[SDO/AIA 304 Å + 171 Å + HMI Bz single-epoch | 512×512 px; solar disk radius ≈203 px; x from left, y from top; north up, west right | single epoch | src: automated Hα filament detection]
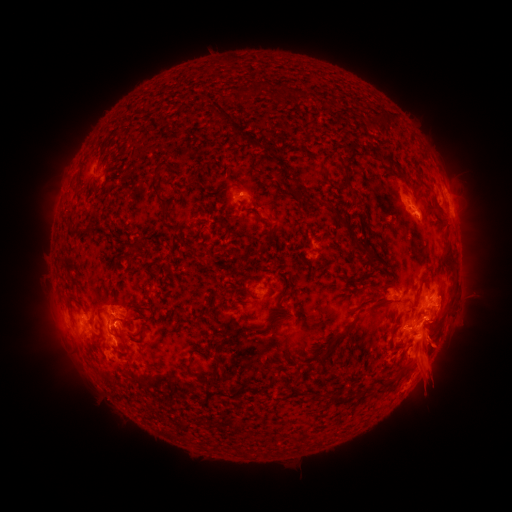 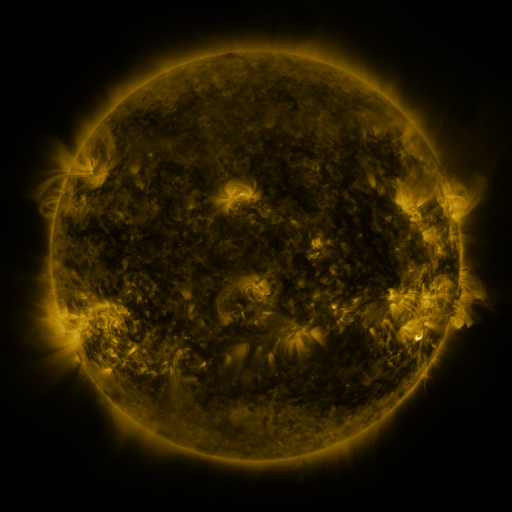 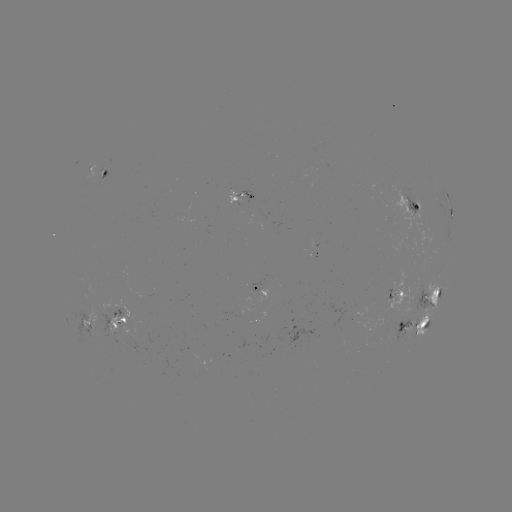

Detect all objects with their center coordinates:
filament: (251, 90)
filament: (297, 92)
filament: (277, 93)
filament: (303, 137)
filament: (247, 142)
filament: (361, 146)
filament: (99, 157)
filament: (399, 171)
filament: (346, 179)
filament: (155, 193)
filament: (297, 195)
filament: (426, 204)
filament: (261, 220)
filament: (346, 225)
filament: (364, 227)
filament: (224, 228)
filament: (263, 248)
filament: (368, 248)
filament: (190, 251)
filament: (449, 251)
filament: (128, 262)
filament: (422, 279)
filament: (162, 280)
filament: (285, 288)
filament: (384, 299)
filament: (421, 310)
filament: (351, 324)
filament: (273, 325)
filament: (395, 328)
filament: (123, 340)
filament: (331, 345)
filament: (199, 352)
filament: (214, 380)
filament: (384, 380)
filament: (336, 396)
